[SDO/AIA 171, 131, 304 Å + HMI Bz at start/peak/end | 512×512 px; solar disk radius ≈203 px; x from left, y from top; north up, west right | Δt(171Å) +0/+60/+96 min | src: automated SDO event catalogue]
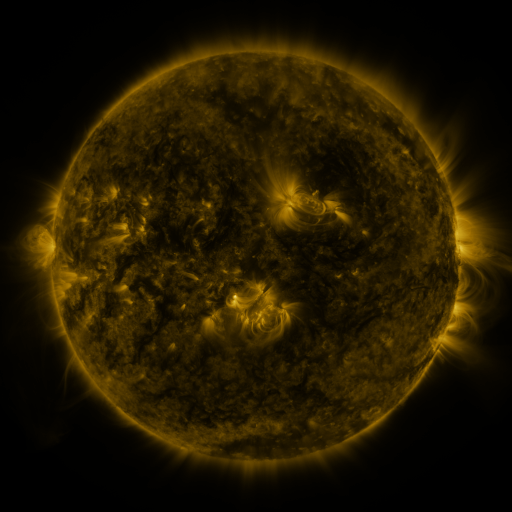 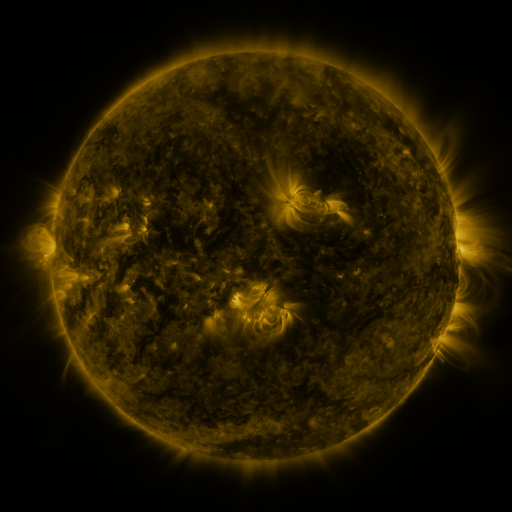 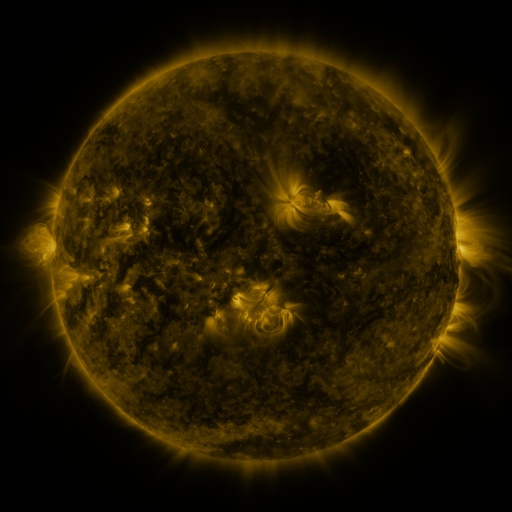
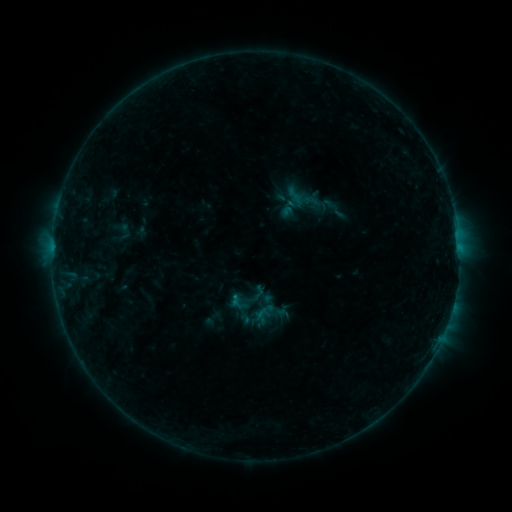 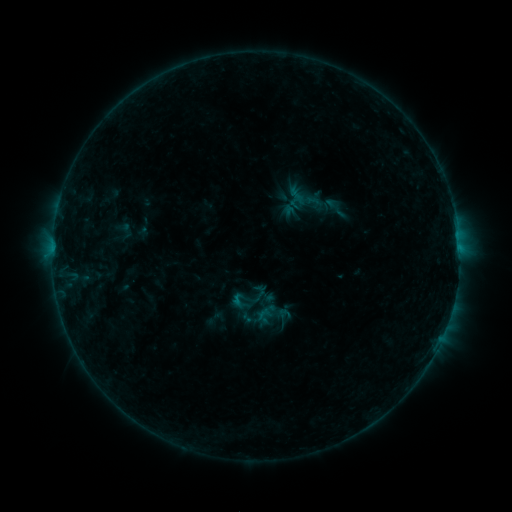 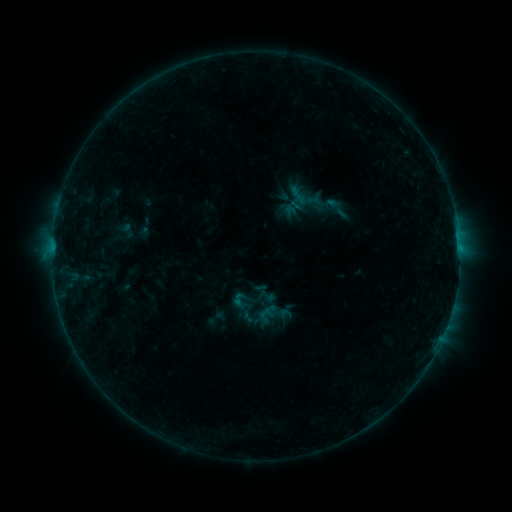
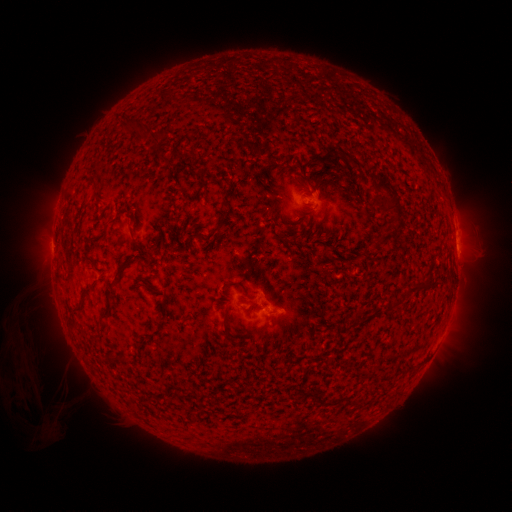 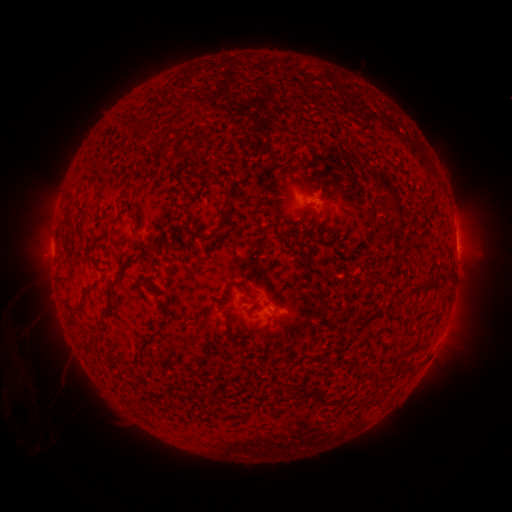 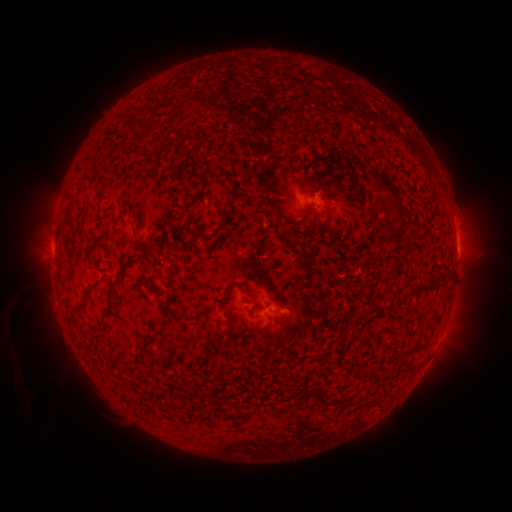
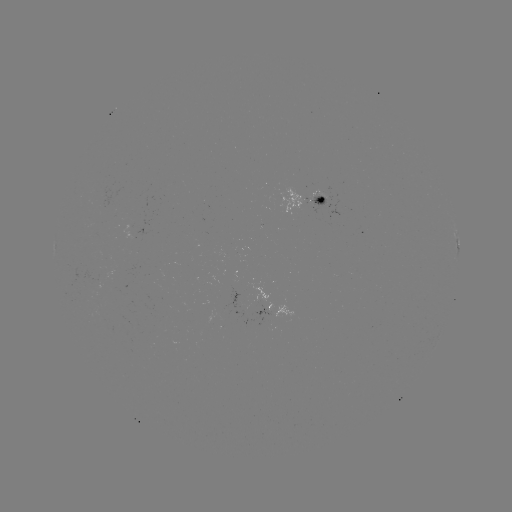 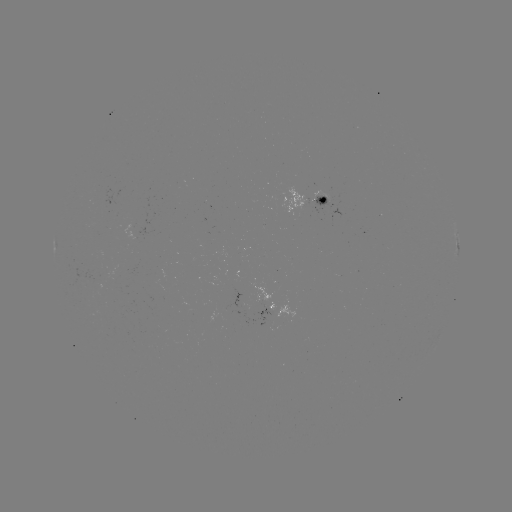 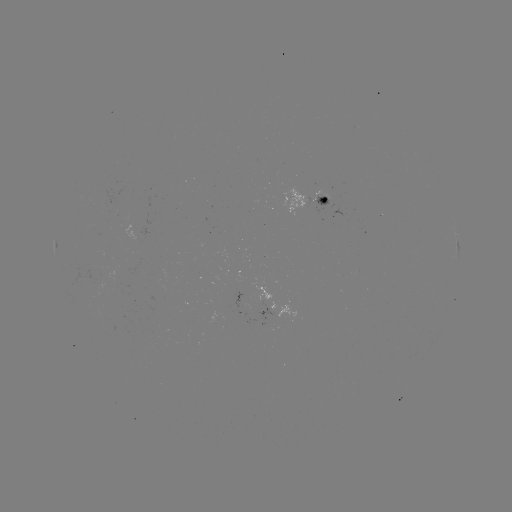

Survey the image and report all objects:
emerging-flux region: (258, 303)
